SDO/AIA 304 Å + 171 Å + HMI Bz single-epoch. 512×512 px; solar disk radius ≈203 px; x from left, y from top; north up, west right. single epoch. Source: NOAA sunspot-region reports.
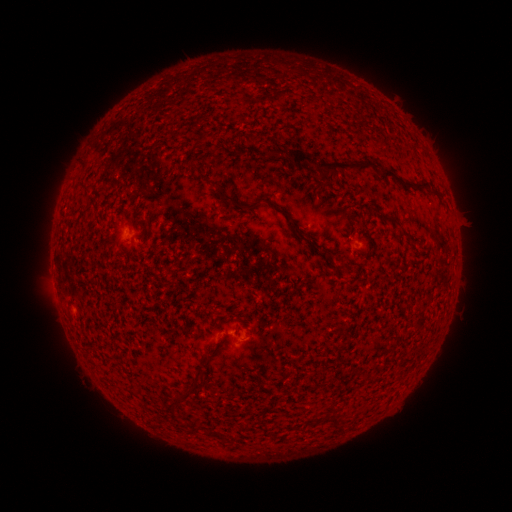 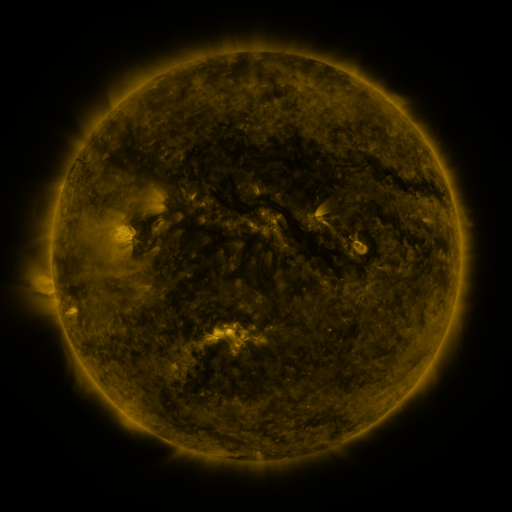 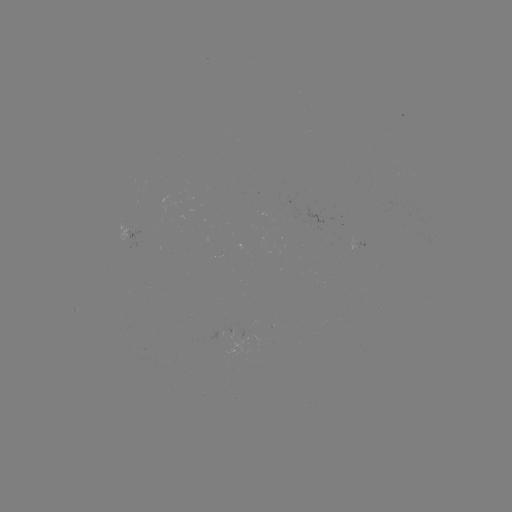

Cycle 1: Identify spotted active region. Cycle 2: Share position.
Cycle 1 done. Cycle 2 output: (127, 232).